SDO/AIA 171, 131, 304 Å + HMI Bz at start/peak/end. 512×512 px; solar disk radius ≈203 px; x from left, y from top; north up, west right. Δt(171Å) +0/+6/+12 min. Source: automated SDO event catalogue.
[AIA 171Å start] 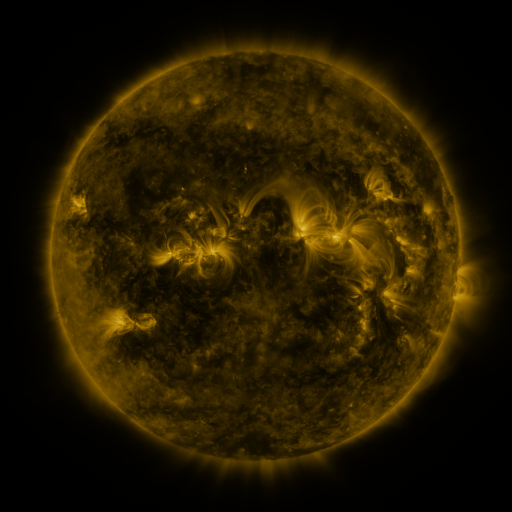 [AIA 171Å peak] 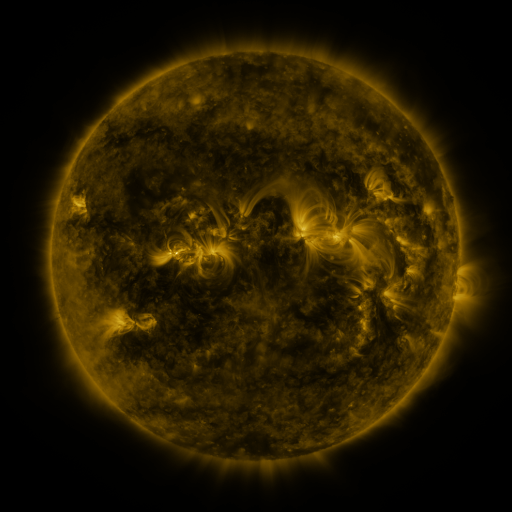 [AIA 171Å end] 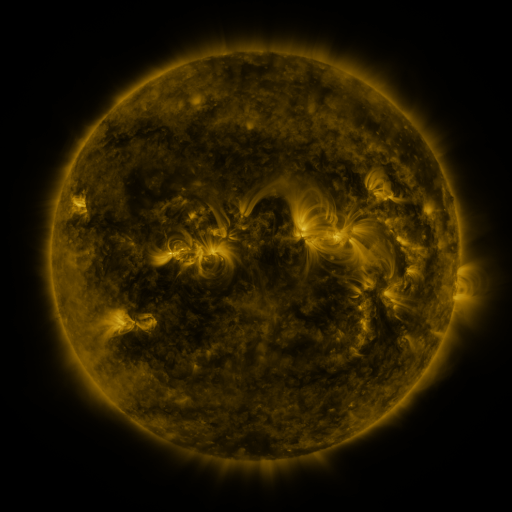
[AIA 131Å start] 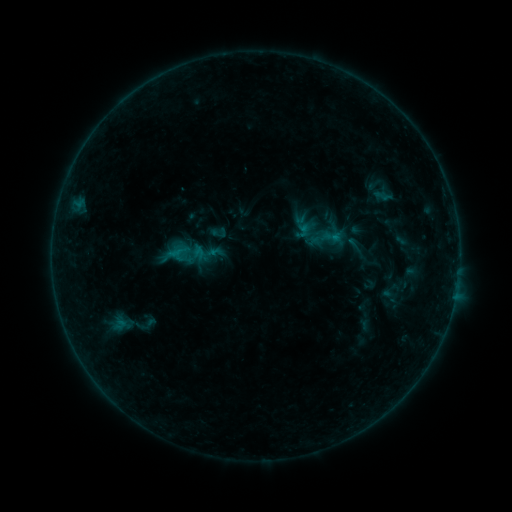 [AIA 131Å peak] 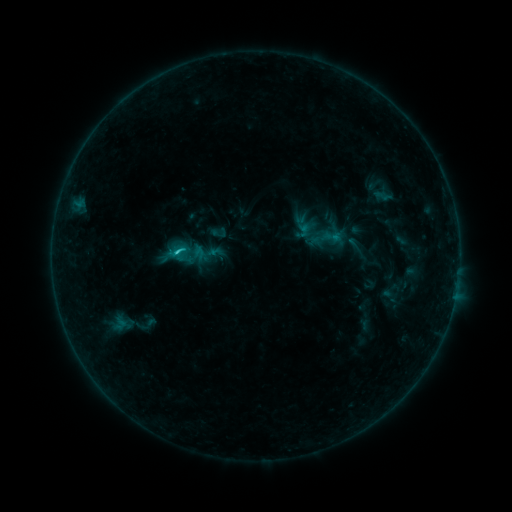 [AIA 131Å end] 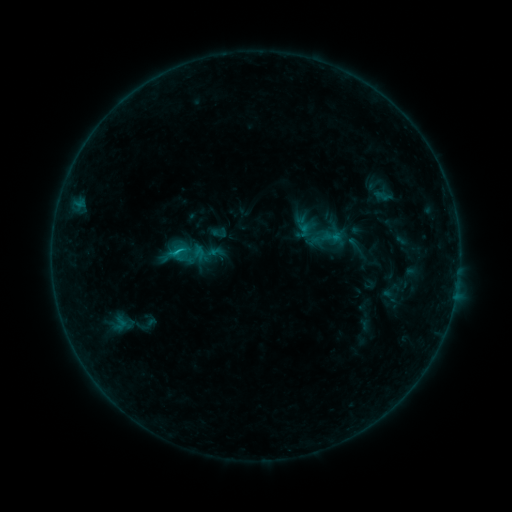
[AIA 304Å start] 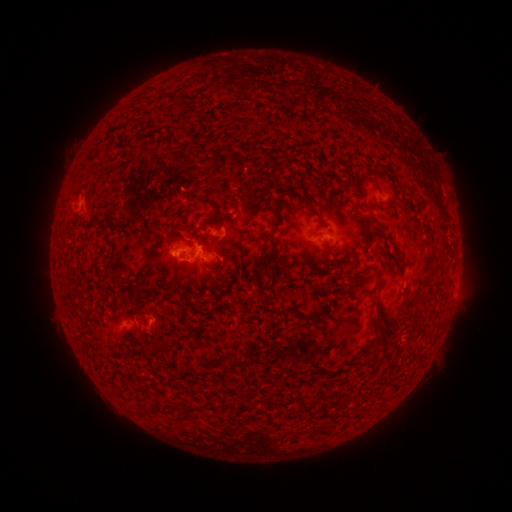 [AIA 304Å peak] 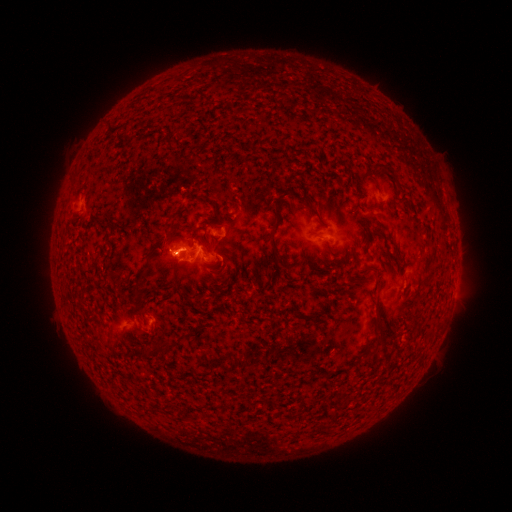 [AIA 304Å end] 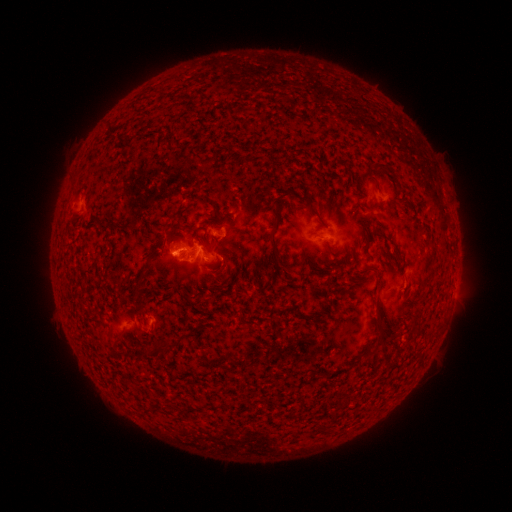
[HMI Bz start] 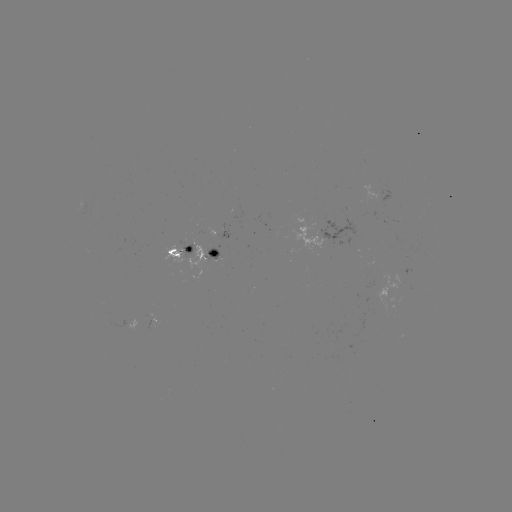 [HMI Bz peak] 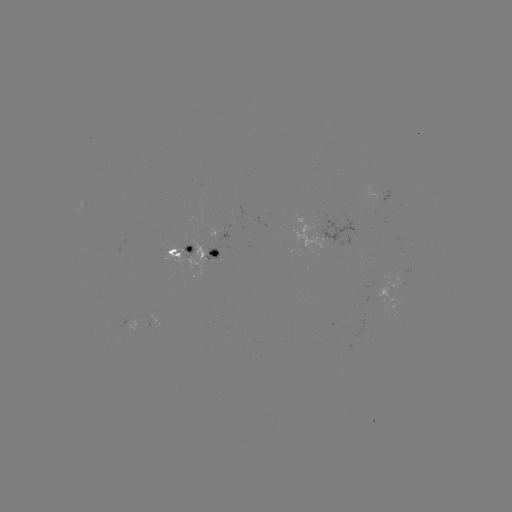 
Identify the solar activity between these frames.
B9.3 flare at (179, 253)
